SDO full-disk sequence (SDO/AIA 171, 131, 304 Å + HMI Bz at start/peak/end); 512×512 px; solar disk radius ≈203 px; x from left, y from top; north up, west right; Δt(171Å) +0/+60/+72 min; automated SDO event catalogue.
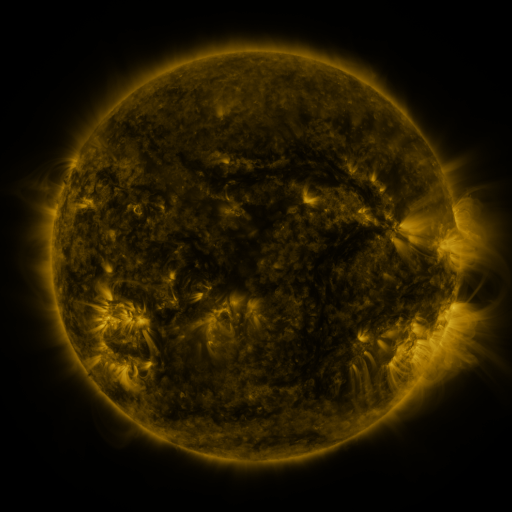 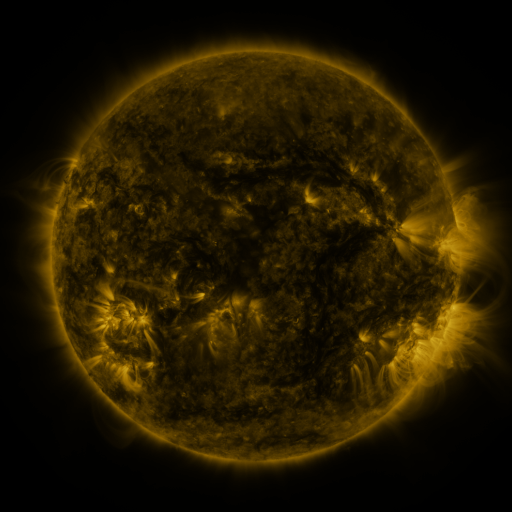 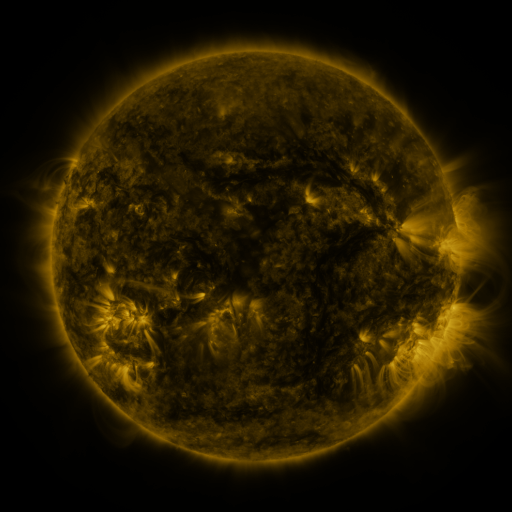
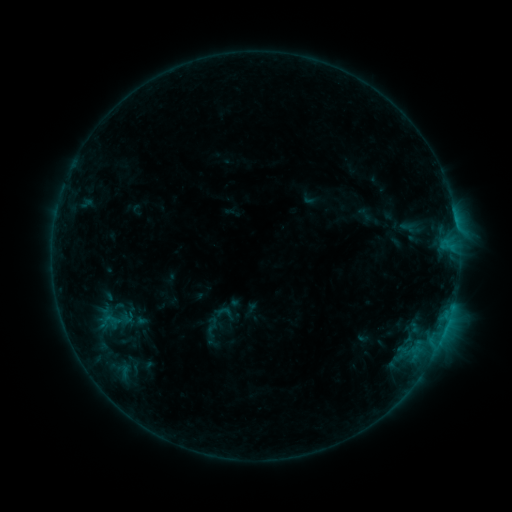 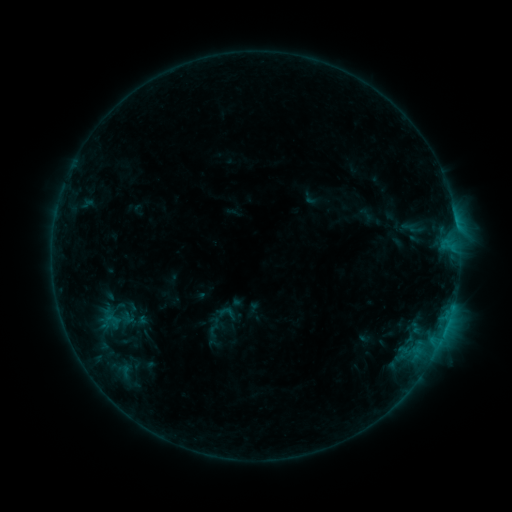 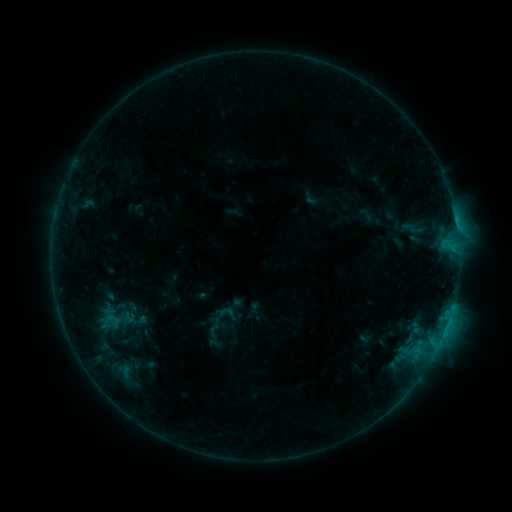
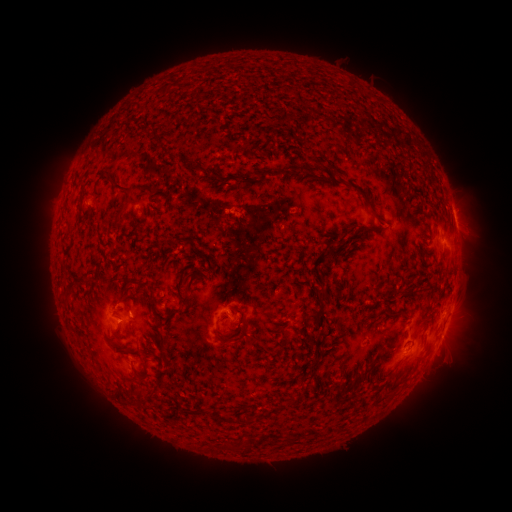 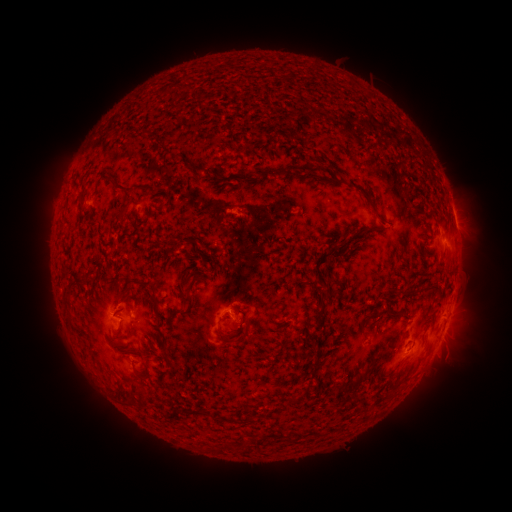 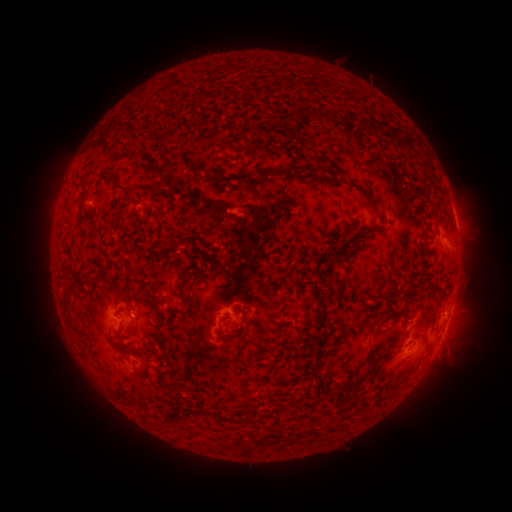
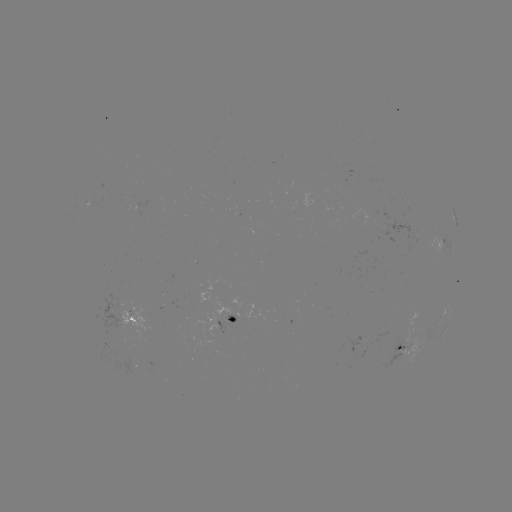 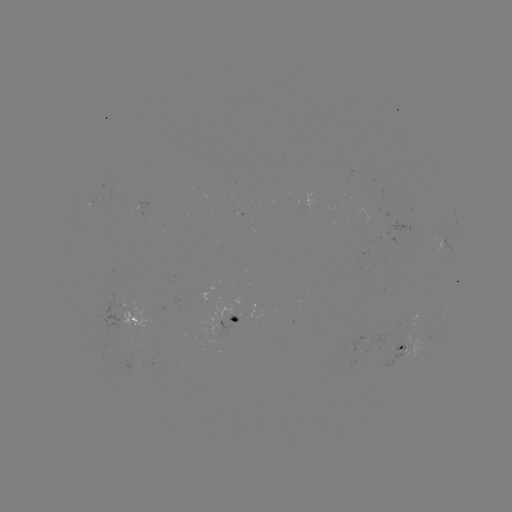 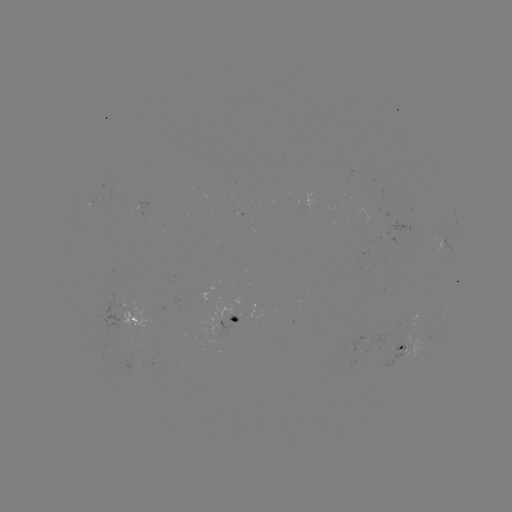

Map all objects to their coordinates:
emerging-flux region: (130, 361)
